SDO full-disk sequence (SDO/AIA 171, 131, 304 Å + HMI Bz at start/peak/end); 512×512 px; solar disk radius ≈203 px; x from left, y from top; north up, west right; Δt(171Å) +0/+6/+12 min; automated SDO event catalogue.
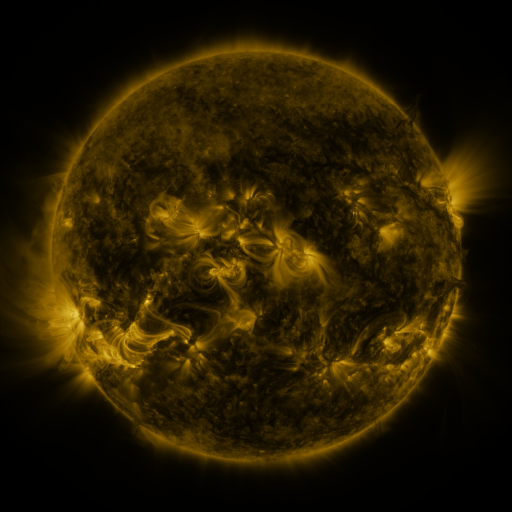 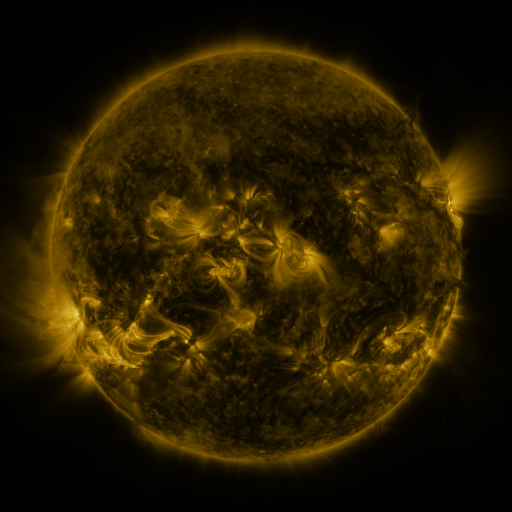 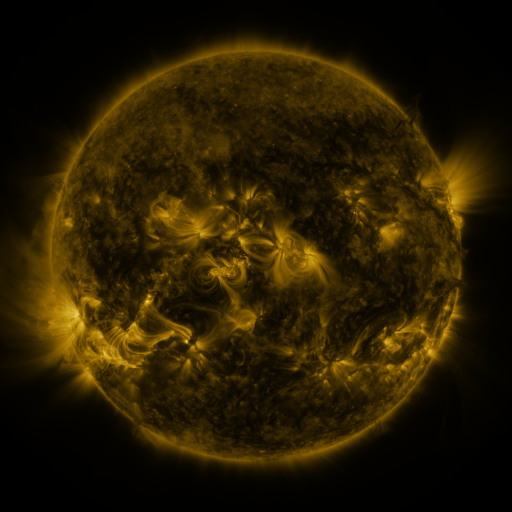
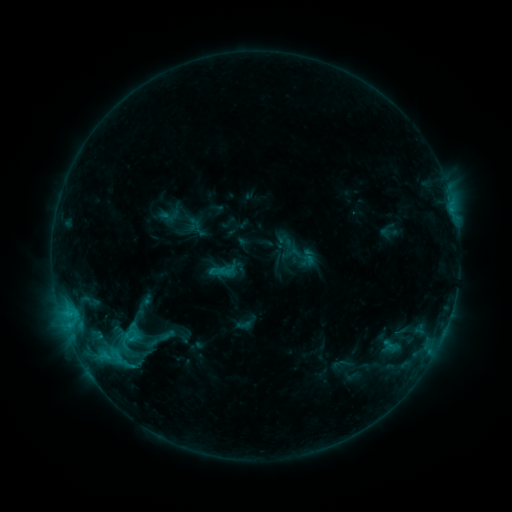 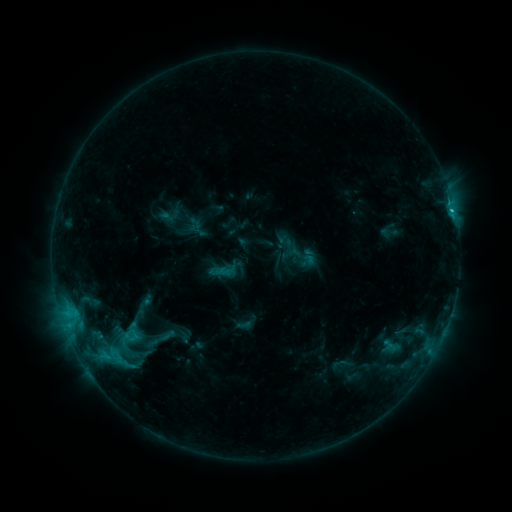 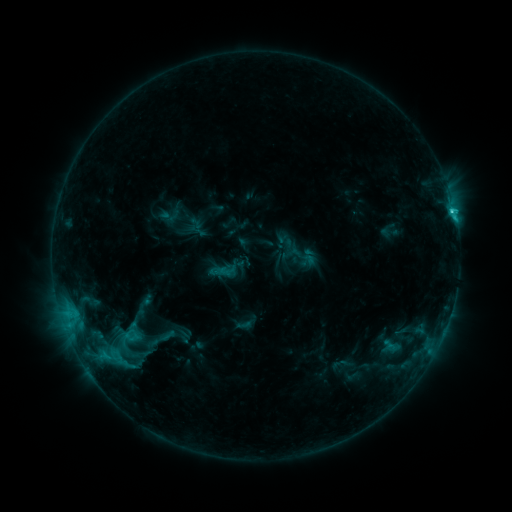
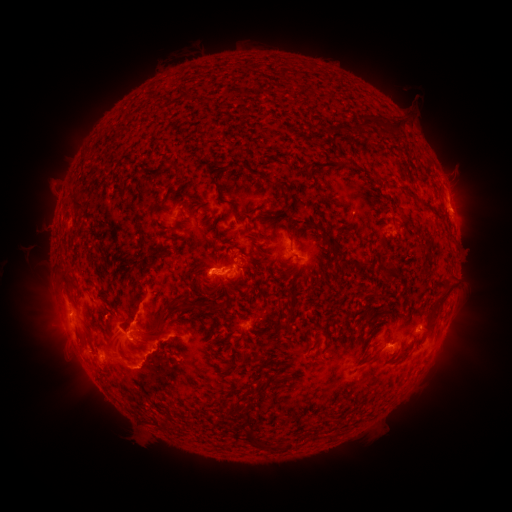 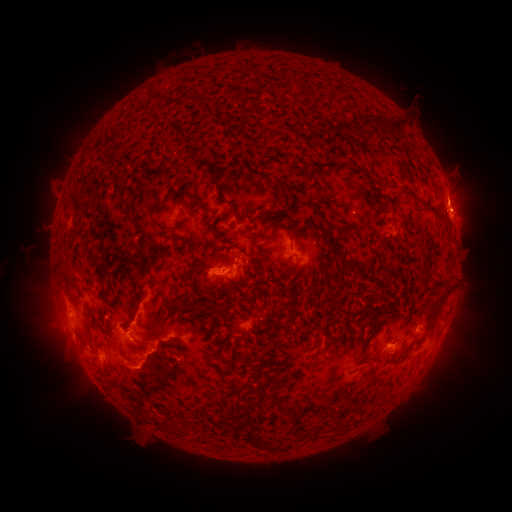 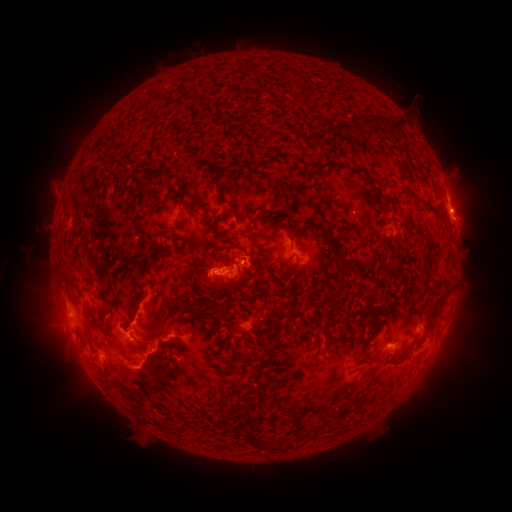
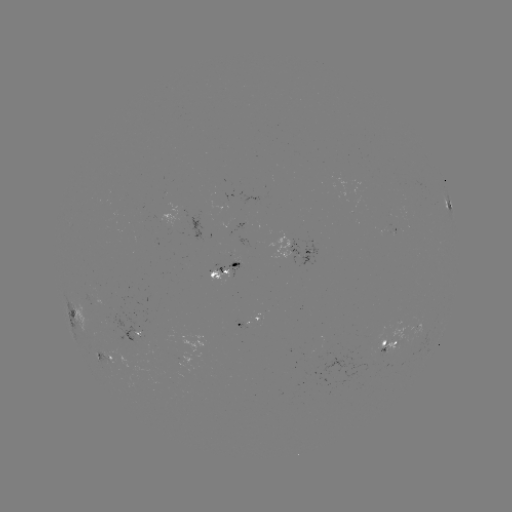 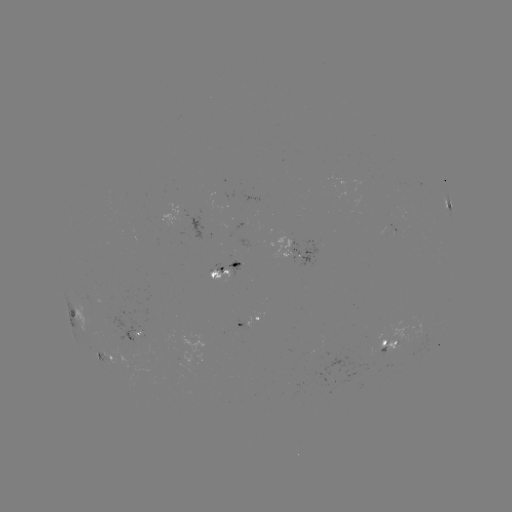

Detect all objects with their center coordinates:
eruption: (463, 219)
